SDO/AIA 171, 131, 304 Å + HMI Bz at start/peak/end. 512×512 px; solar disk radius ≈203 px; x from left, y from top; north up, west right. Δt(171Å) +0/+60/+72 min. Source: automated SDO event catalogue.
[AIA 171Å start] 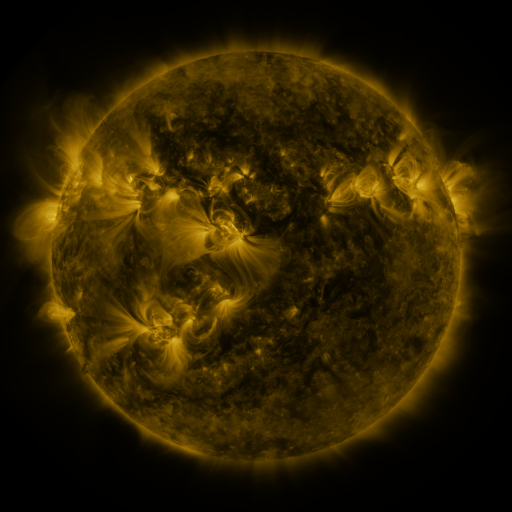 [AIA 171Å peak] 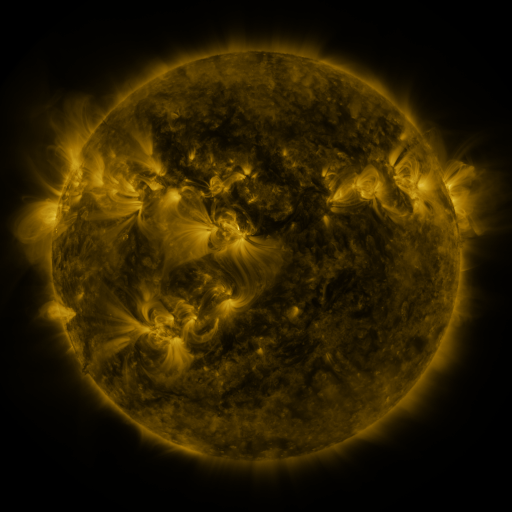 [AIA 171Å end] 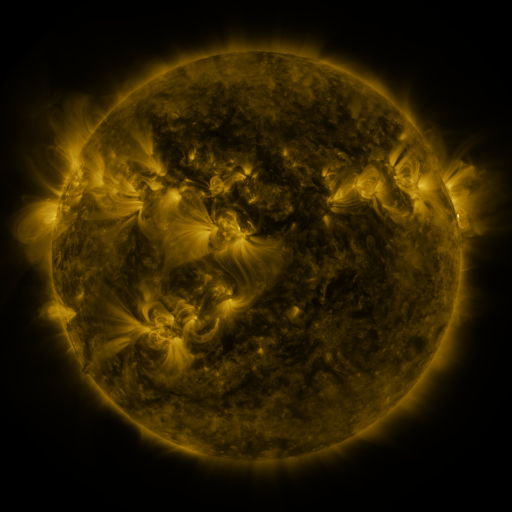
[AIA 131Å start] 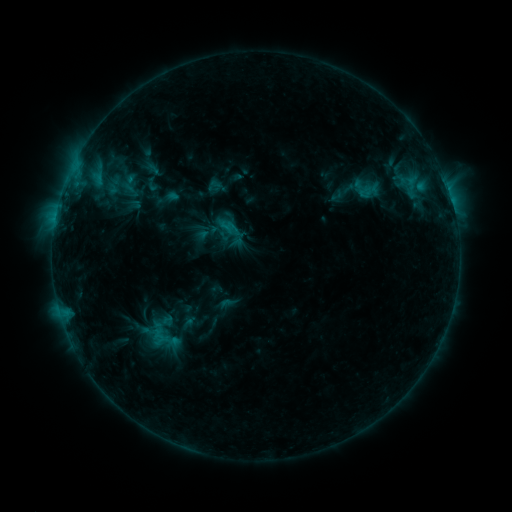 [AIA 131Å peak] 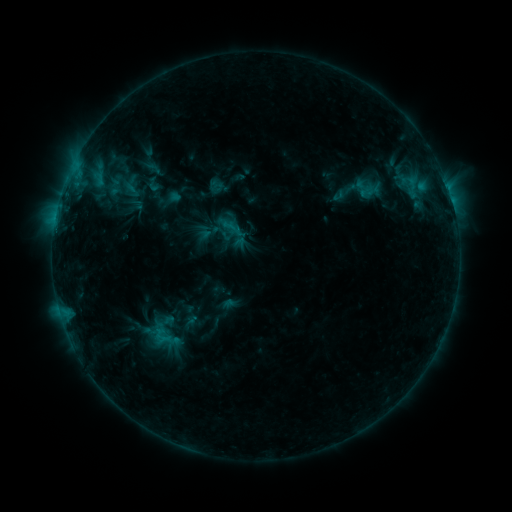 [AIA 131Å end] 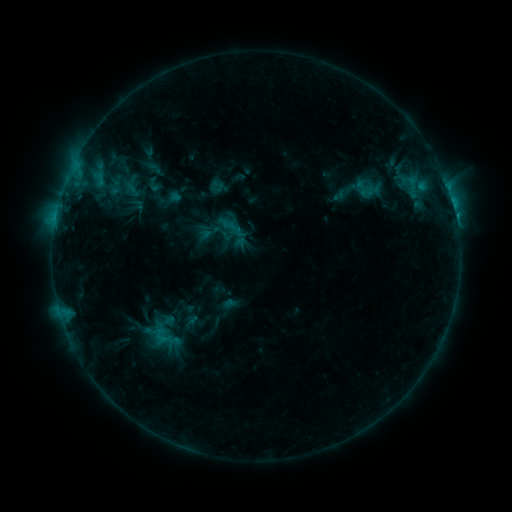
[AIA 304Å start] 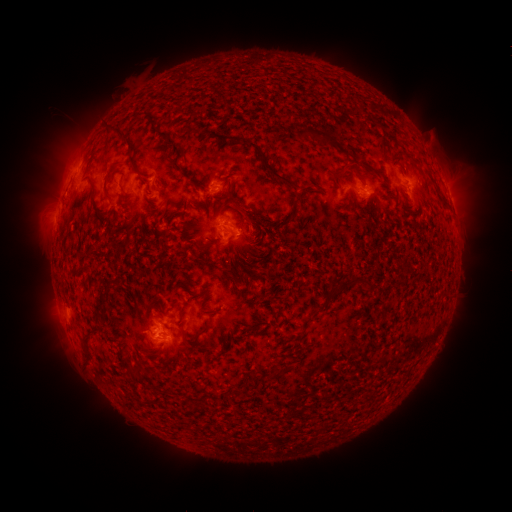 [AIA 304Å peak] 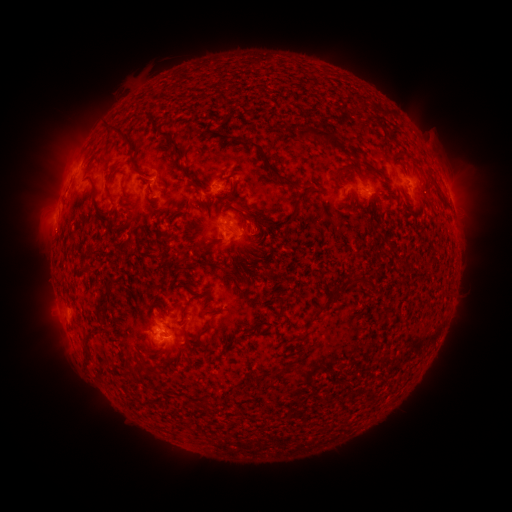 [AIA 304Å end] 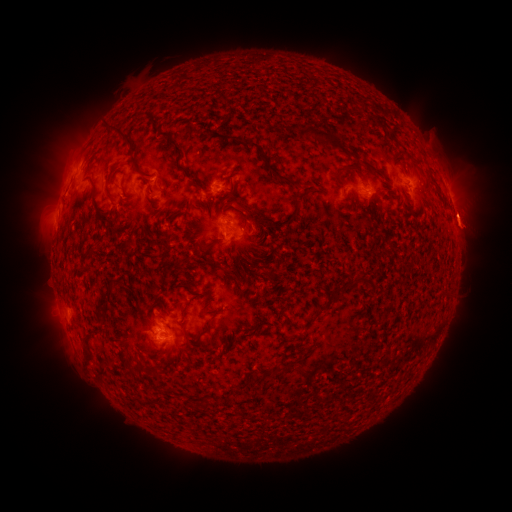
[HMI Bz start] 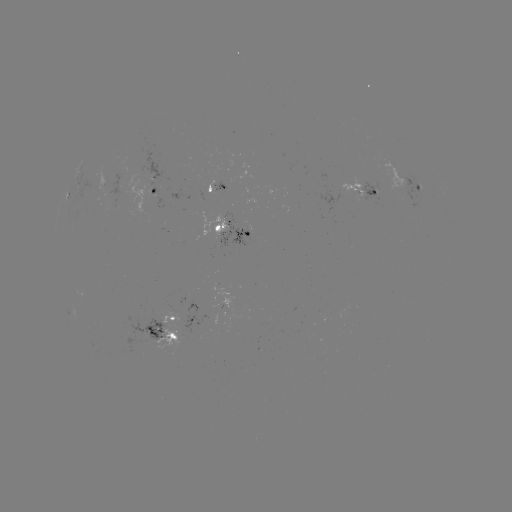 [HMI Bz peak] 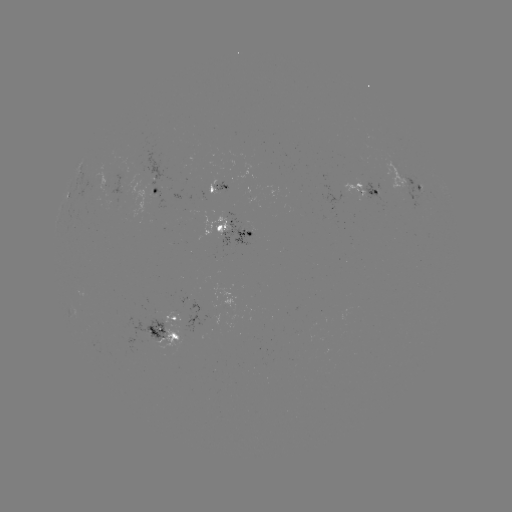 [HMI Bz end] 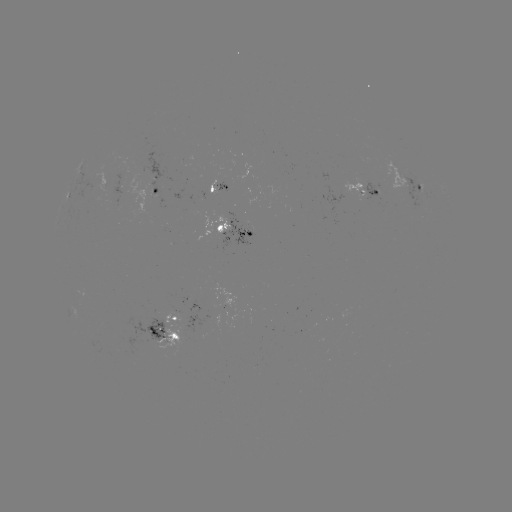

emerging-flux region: [216, 179, 231, 192]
